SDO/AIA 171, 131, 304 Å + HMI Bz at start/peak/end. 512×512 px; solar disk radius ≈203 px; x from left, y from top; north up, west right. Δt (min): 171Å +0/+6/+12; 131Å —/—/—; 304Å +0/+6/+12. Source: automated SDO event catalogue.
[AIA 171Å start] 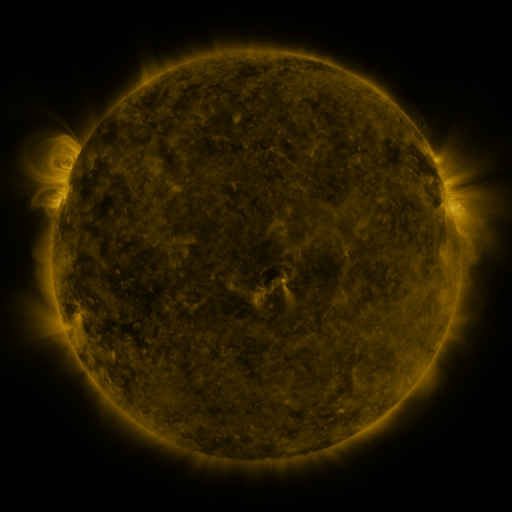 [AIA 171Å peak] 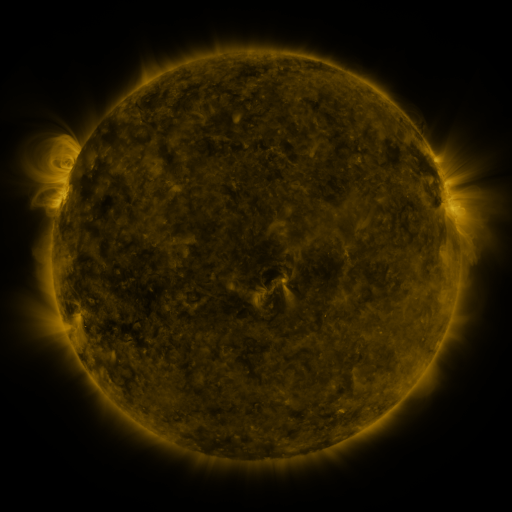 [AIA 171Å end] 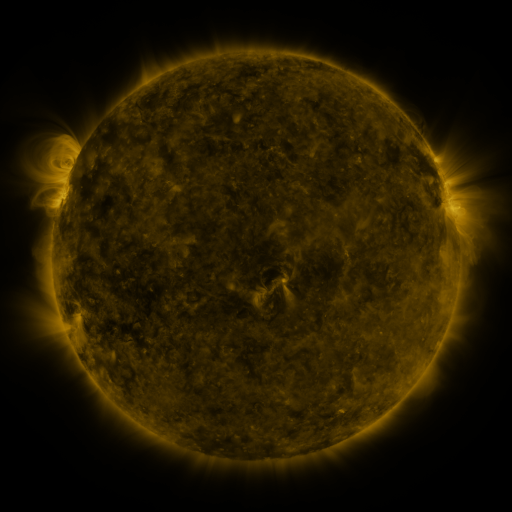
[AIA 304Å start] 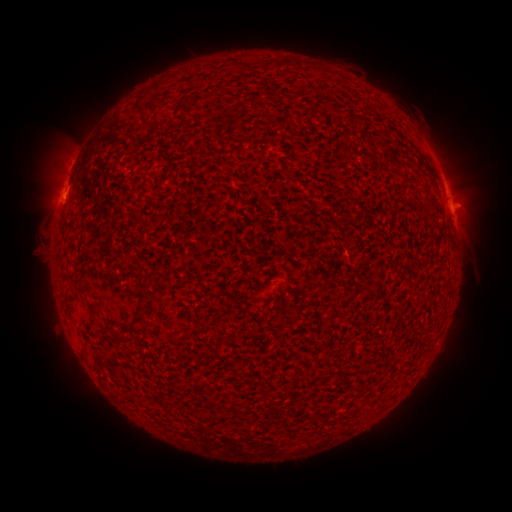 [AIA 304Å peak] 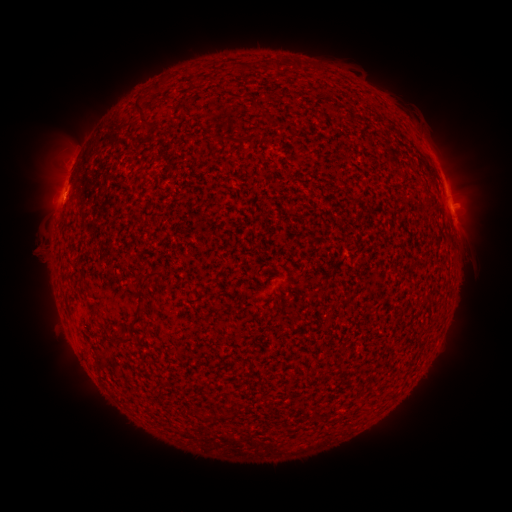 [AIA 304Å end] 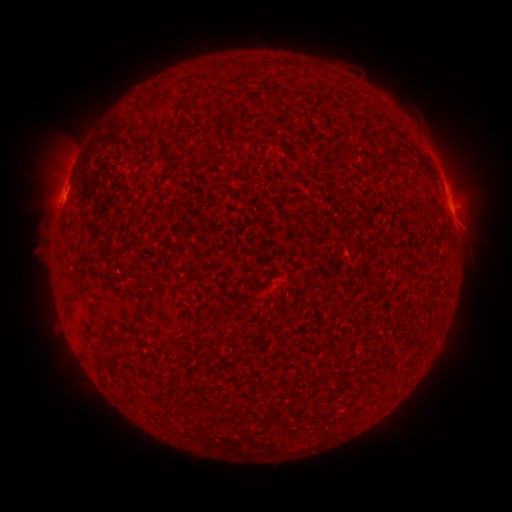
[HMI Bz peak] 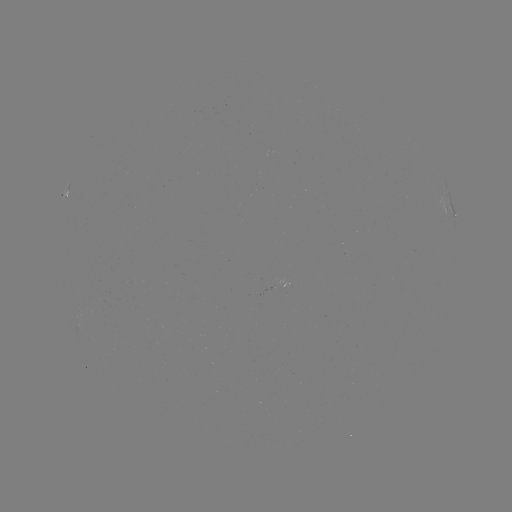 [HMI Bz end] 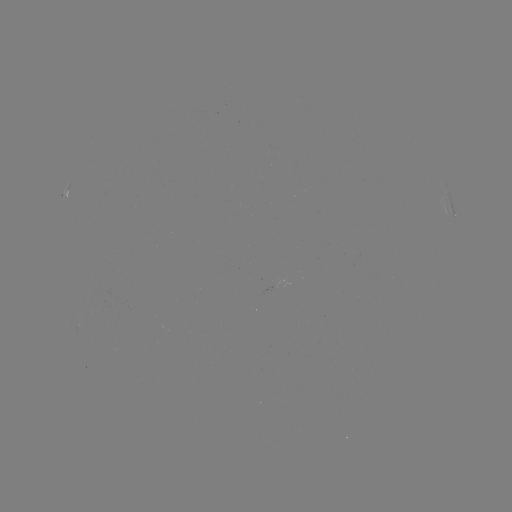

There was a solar flare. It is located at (452, 210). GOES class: B9.2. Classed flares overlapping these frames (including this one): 1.